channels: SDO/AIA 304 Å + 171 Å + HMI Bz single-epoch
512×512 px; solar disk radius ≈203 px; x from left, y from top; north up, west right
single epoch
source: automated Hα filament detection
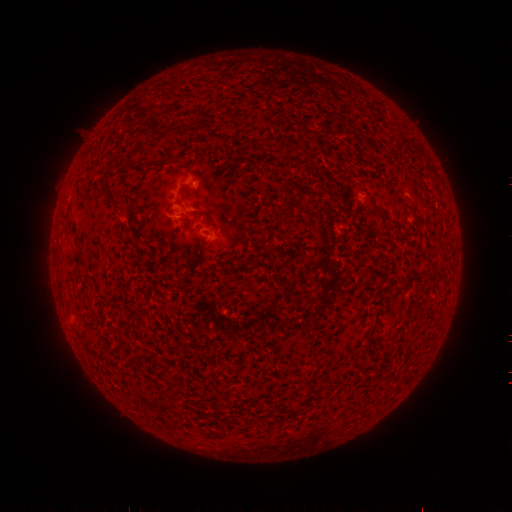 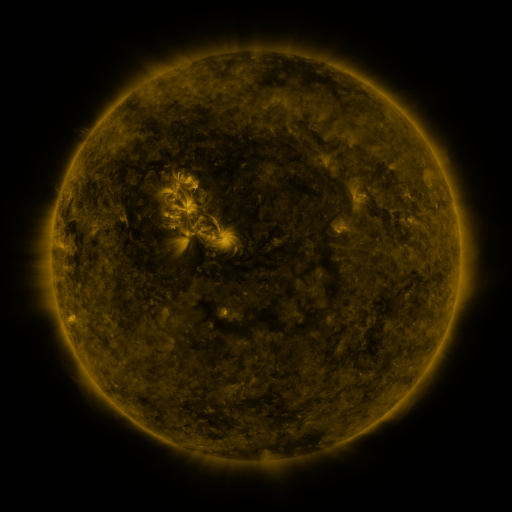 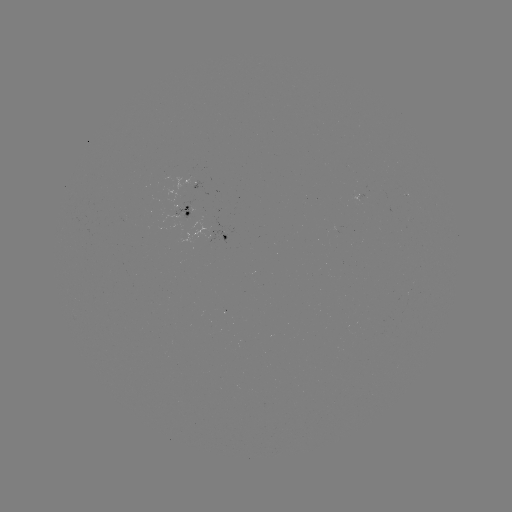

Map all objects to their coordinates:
filament: <bbox>160, 127, 176, 138</bbox>
filament: <bbox>102, 180, 123, 211</bbox>
filament: <bbox>370, 201, 386, 217</bbox>
filament: <bbox>285, 208, 297, 224</bbox>
filament: <bbox>130, 239, 140, 247</bbox>
filament: <bbox>162, 398, 170, 410</bbox>
